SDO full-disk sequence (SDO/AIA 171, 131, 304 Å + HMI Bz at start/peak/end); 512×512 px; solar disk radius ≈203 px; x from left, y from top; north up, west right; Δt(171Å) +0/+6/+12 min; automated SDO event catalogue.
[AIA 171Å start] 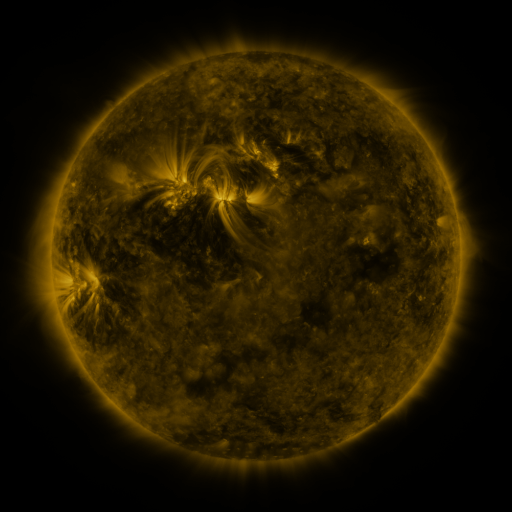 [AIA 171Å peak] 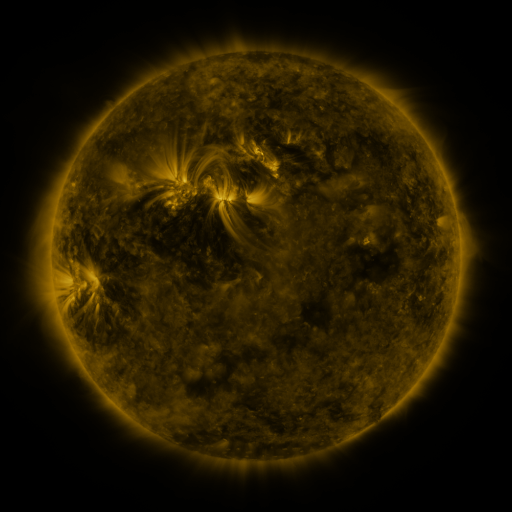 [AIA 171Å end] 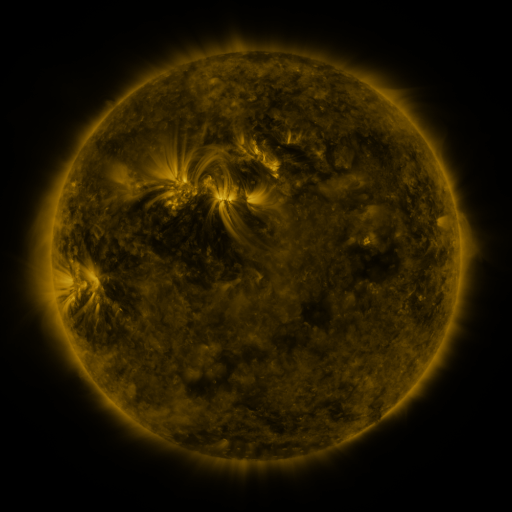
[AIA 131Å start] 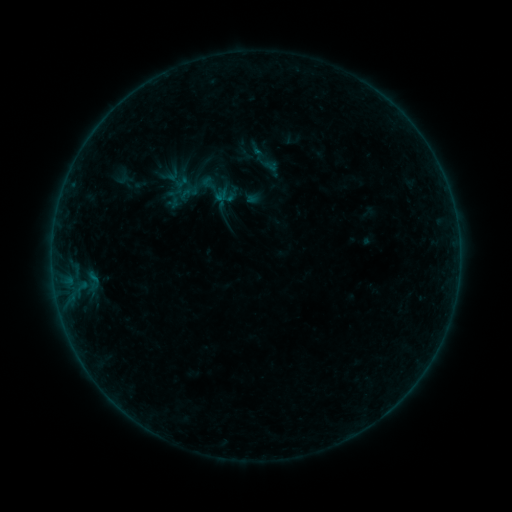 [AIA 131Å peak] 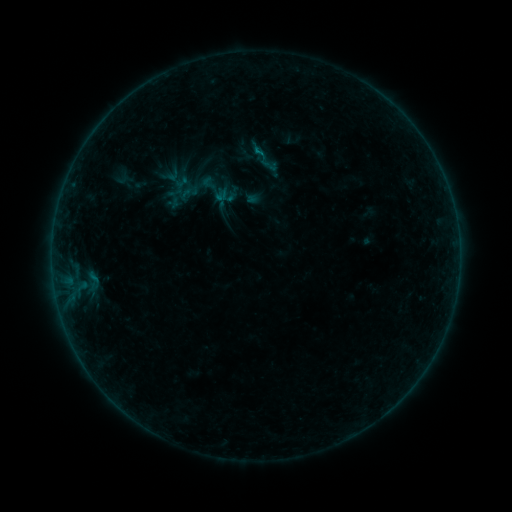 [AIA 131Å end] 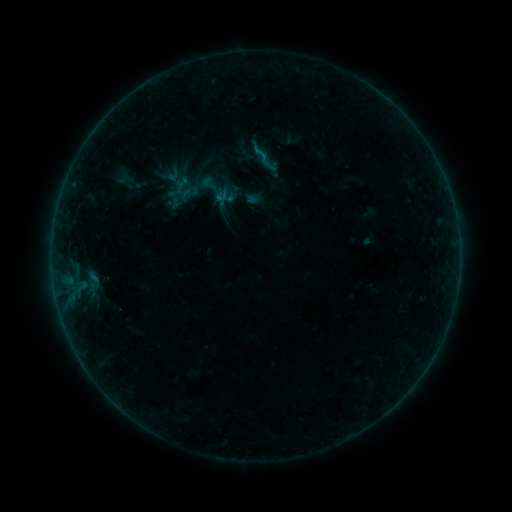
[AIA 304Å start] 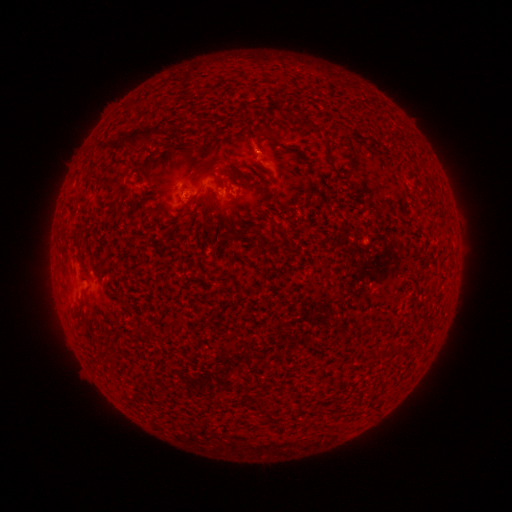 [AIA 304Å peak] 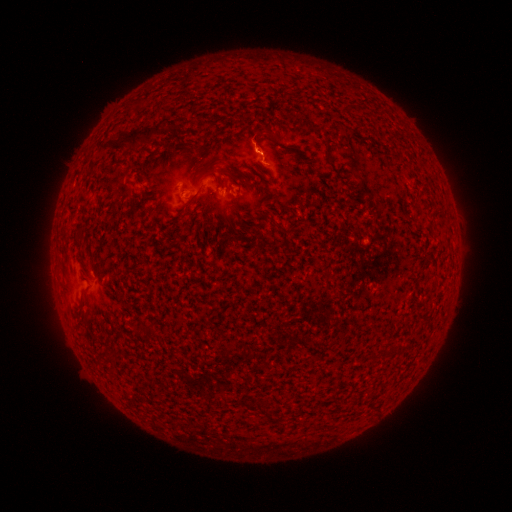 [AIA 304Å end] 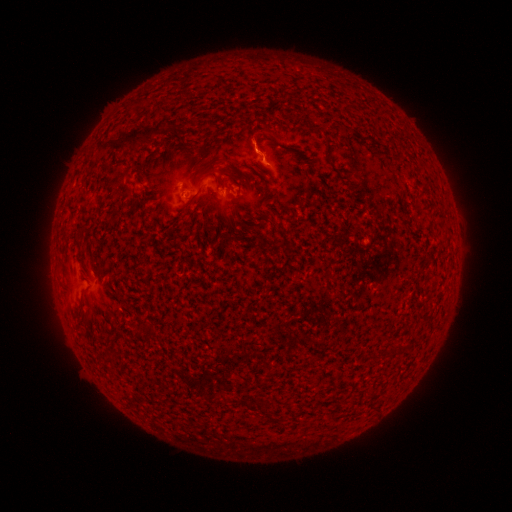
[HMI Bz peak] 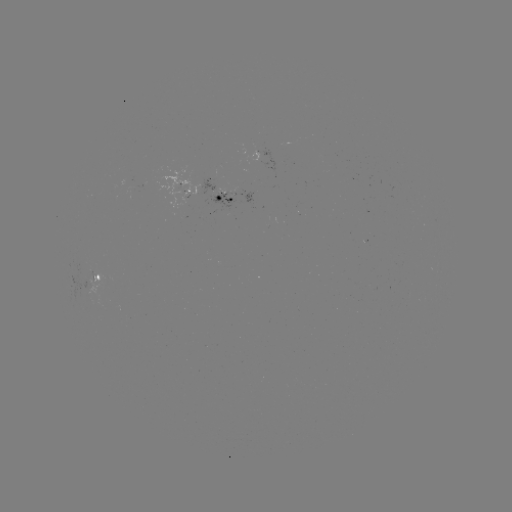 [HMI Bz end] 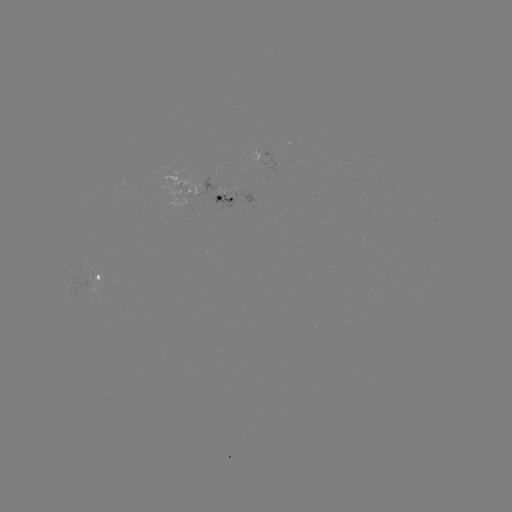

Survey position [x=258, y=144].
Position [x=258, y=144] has eruption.